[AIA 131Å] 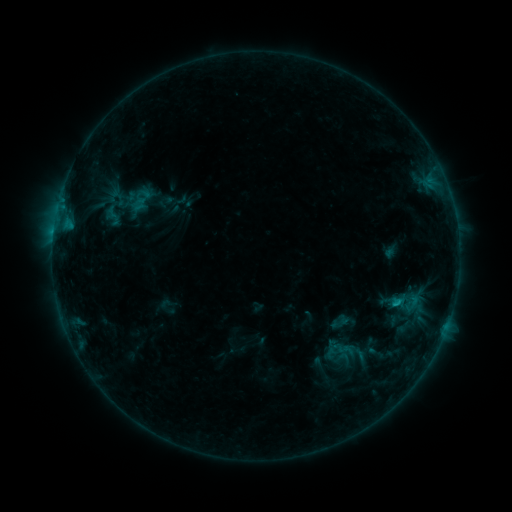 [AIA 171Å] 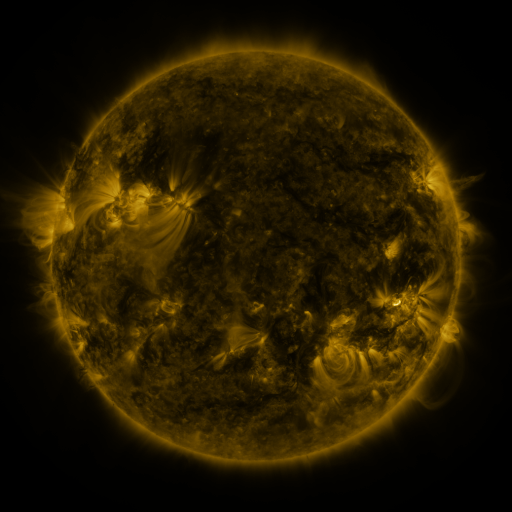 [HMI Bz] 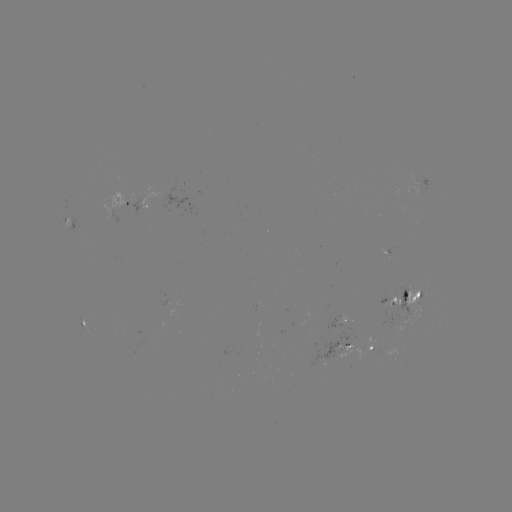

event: sigmoid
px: (348, 349)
